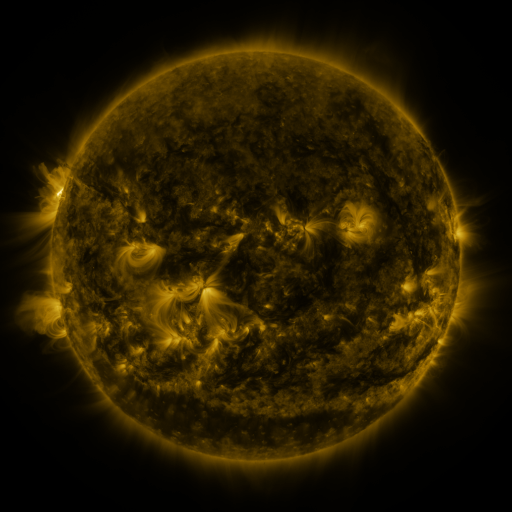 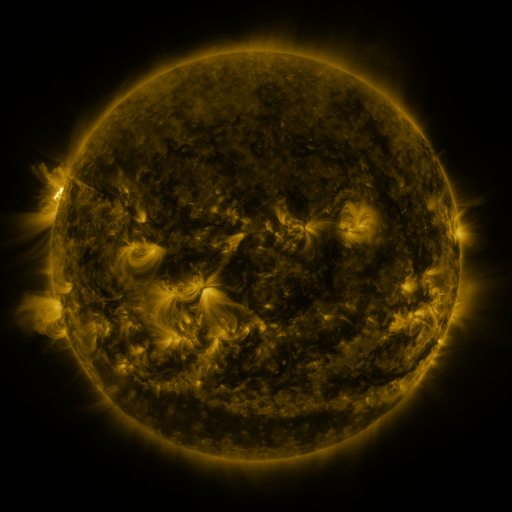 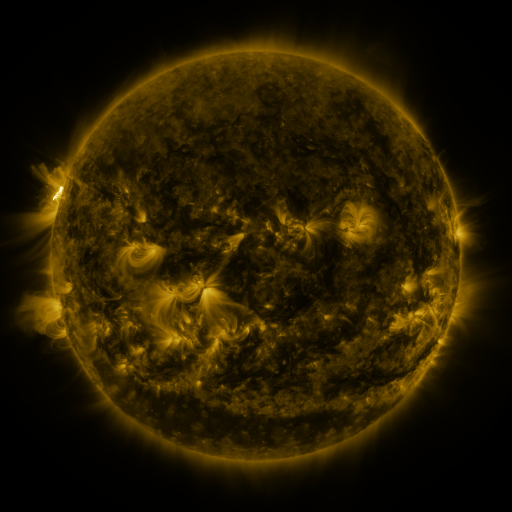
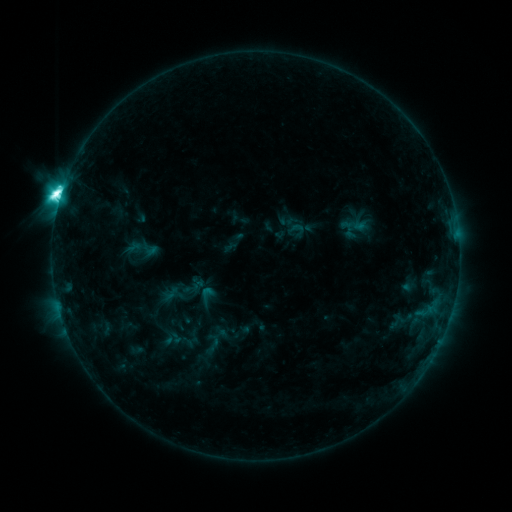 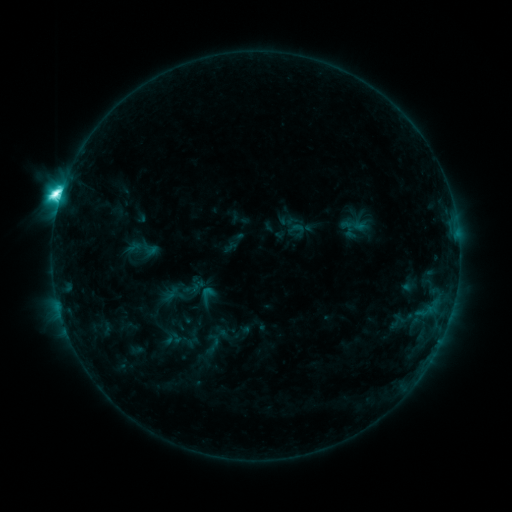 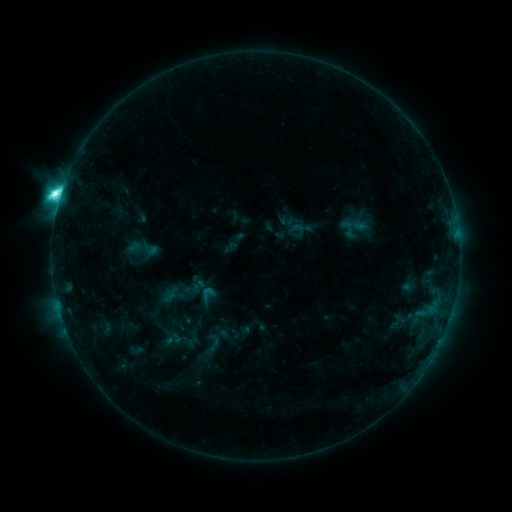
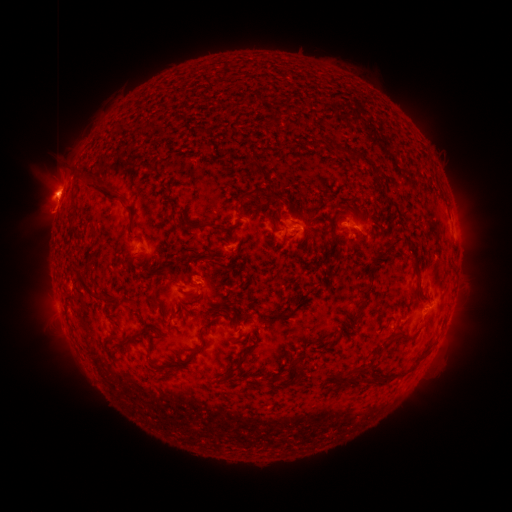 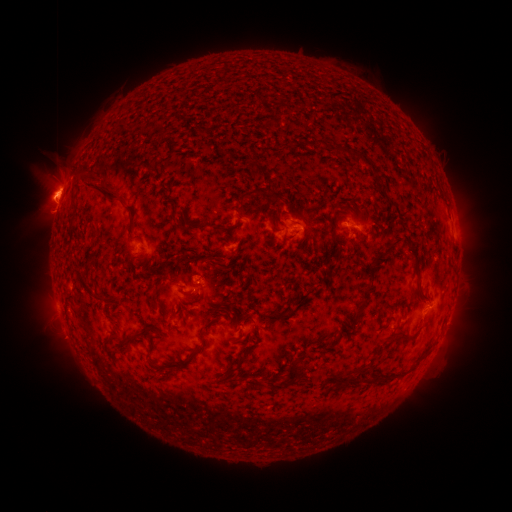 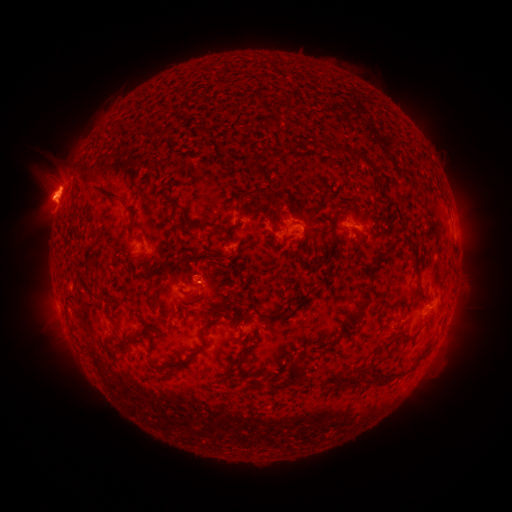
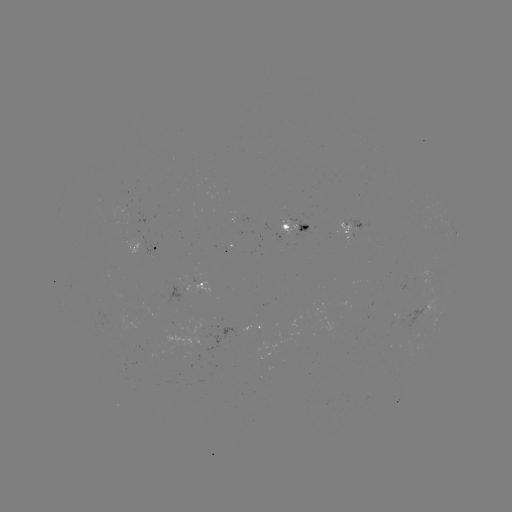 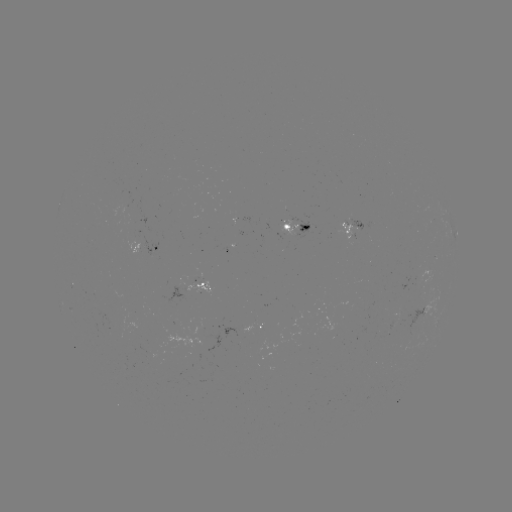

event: eruption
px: (93, 181)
